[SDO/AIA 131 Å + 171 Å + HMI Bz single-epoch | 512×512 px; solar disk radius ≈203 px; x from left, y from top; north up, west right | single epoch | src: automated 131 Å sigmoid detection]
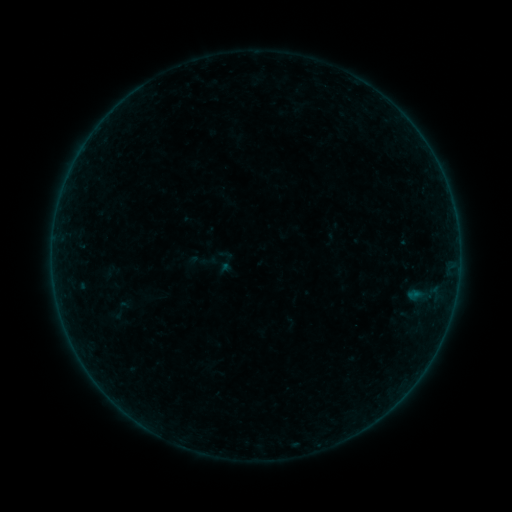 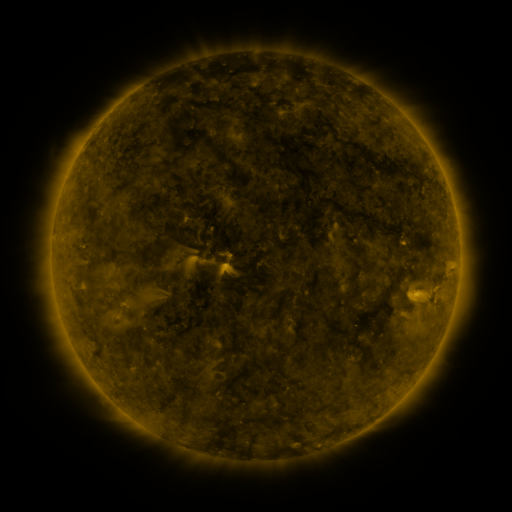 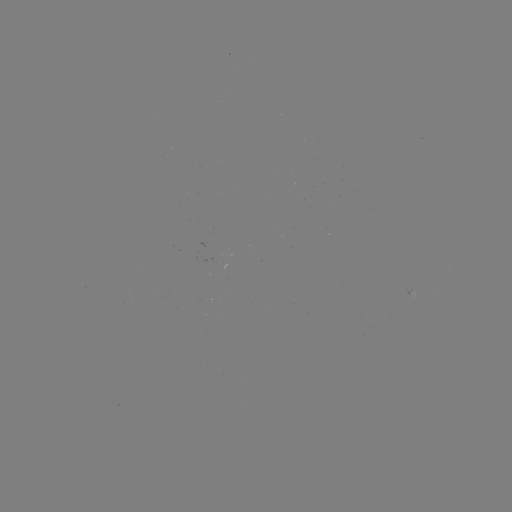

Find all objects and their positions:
sigmoid: [199, 252, 217, 271]
